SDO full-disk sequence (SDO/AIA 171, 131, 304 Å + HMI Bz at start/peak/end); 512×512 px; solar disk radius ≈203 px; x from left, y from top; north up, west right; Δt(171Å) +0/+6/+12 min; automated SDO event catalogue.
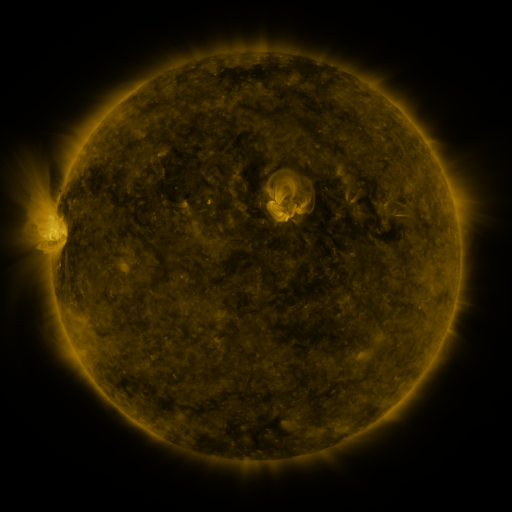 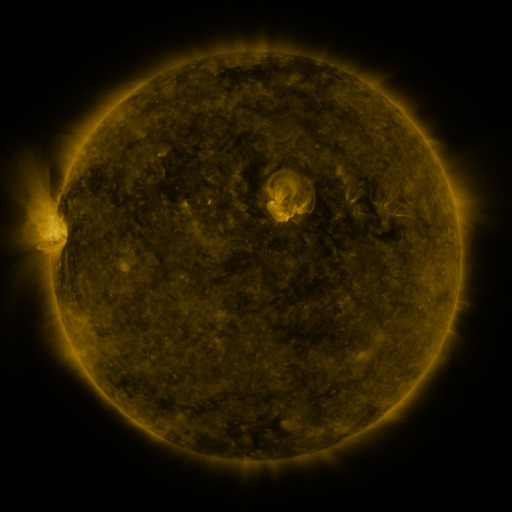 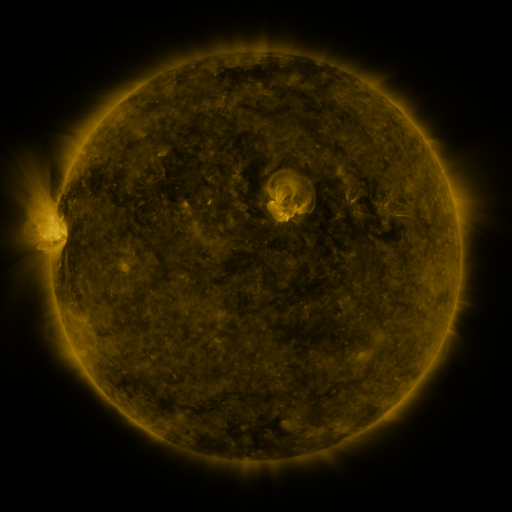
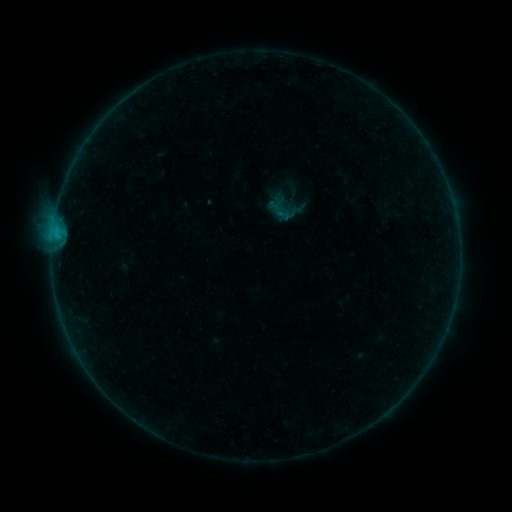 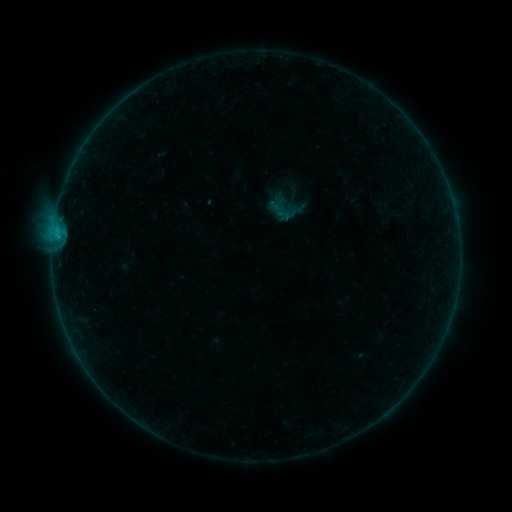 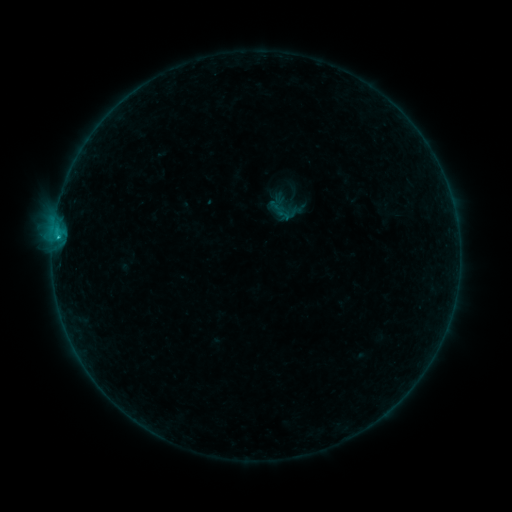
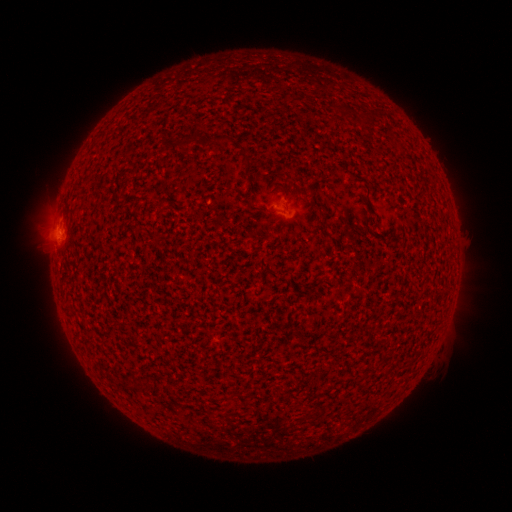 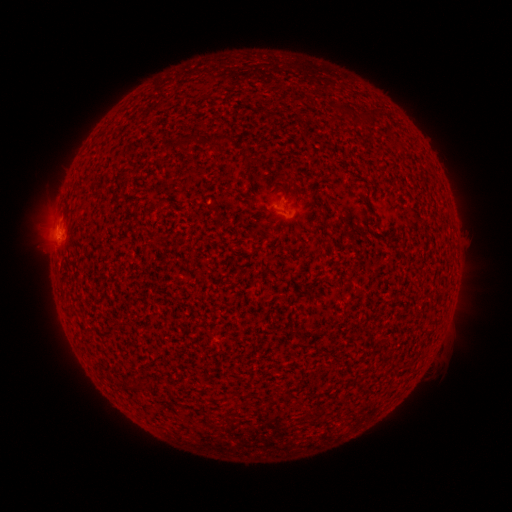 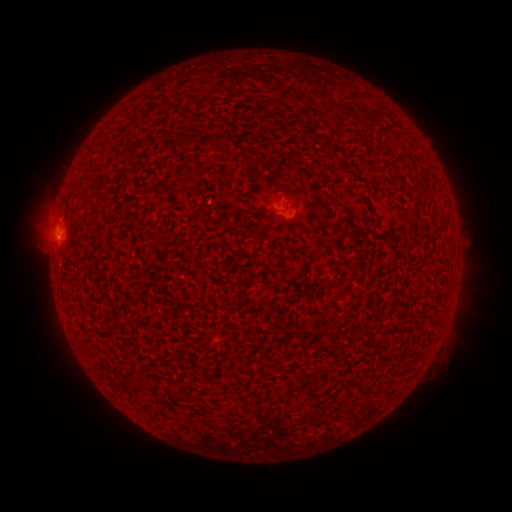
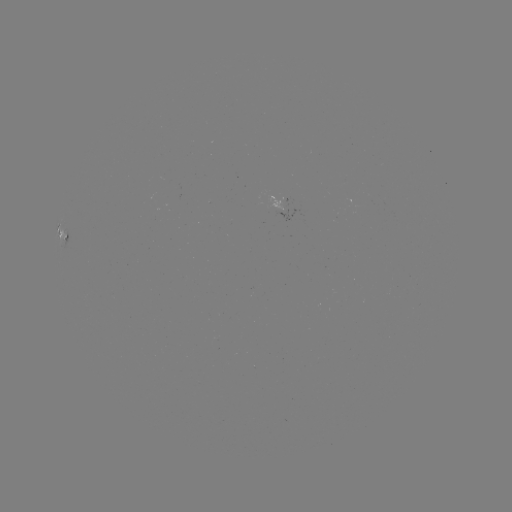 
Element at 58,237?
C1.0 flare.